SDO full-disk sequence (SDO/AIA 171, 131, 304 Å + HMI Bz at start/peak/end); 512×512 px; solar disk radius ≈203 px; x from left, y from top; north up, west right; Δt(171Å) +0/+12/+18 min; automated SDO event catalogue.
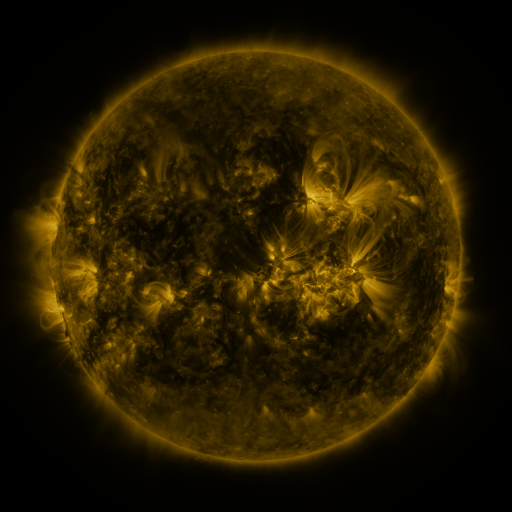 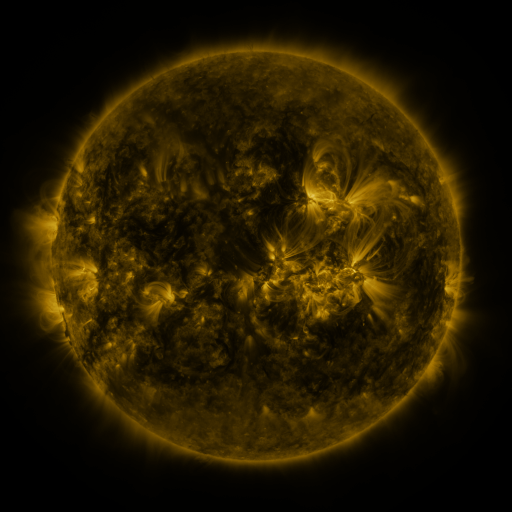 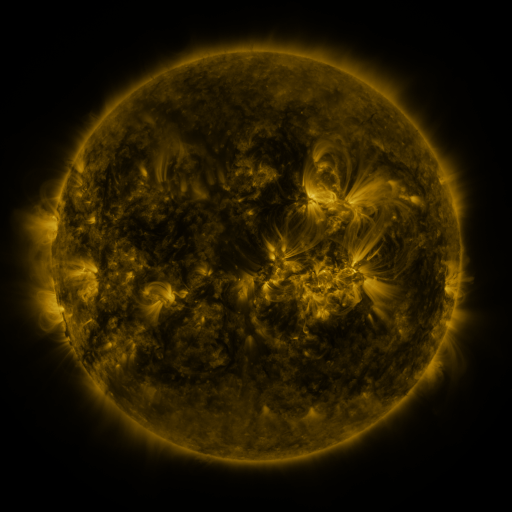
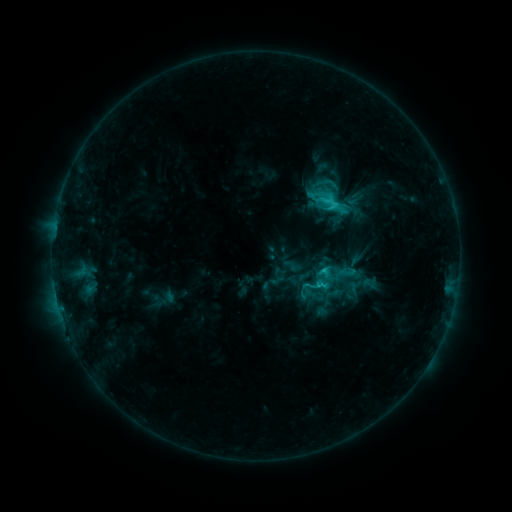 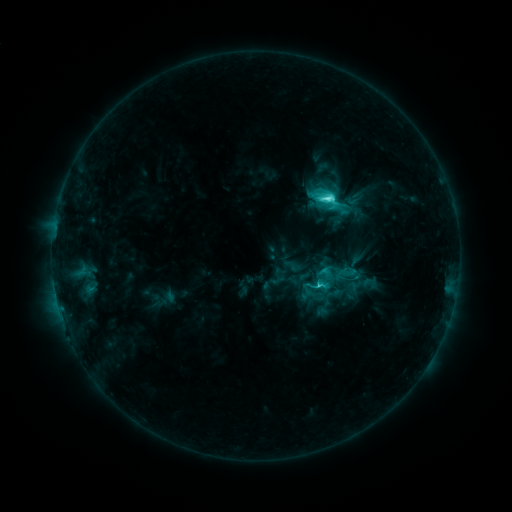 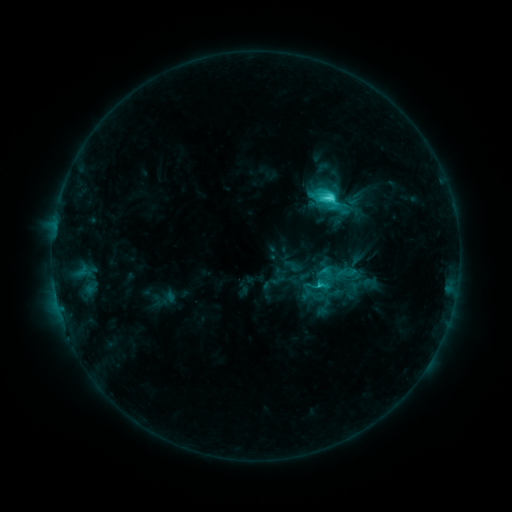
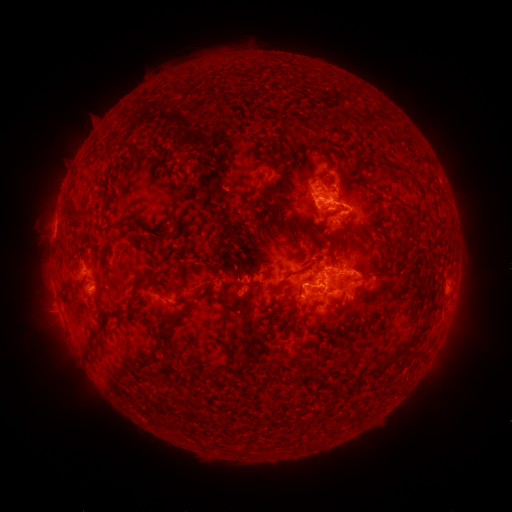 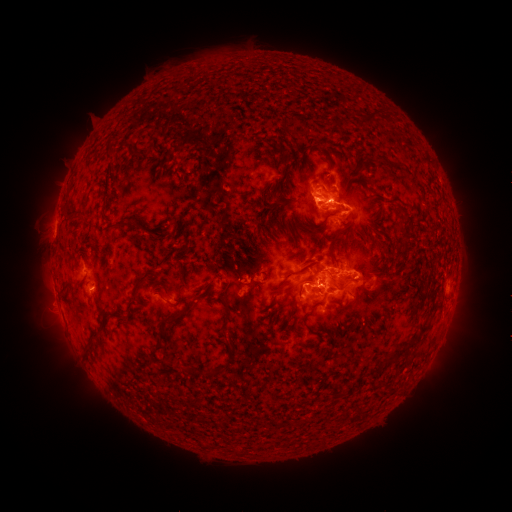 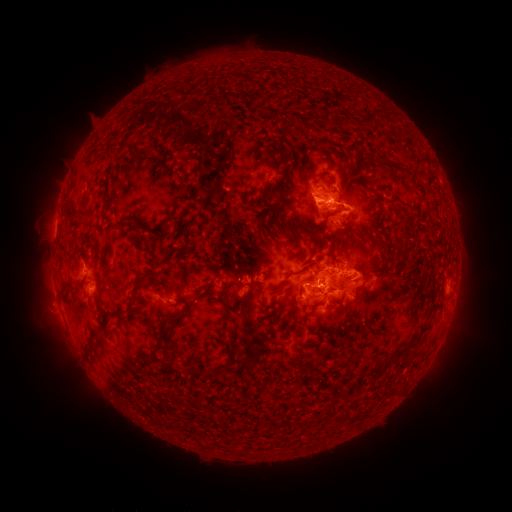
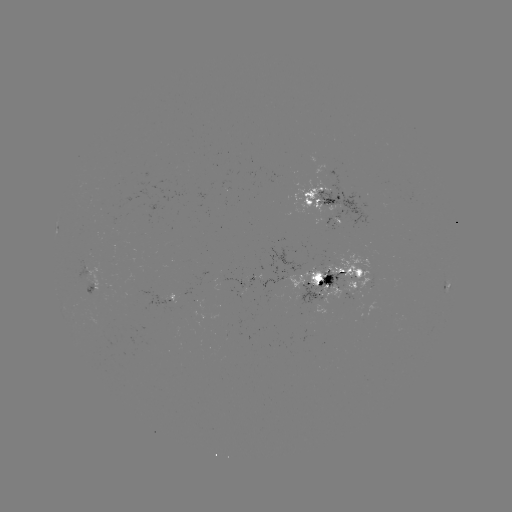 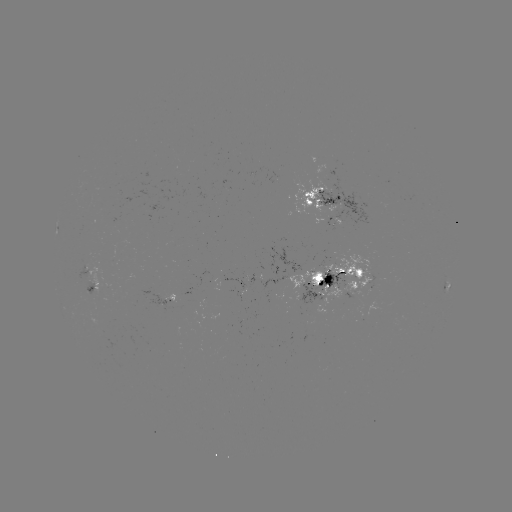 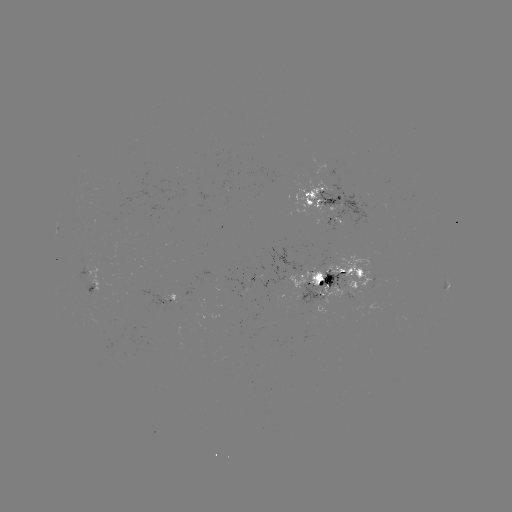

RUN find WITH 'C7.5 flare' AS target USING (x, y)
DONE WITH (328, 200) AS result